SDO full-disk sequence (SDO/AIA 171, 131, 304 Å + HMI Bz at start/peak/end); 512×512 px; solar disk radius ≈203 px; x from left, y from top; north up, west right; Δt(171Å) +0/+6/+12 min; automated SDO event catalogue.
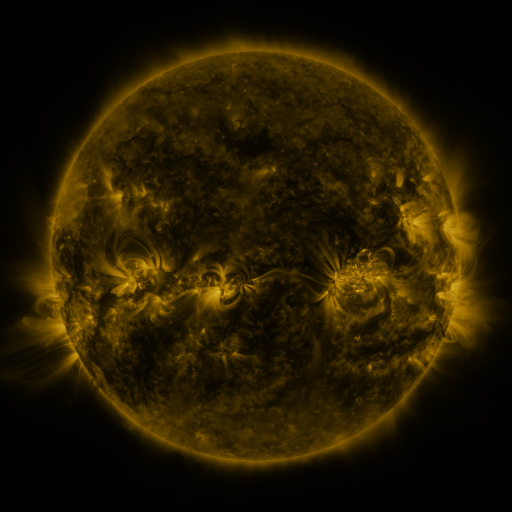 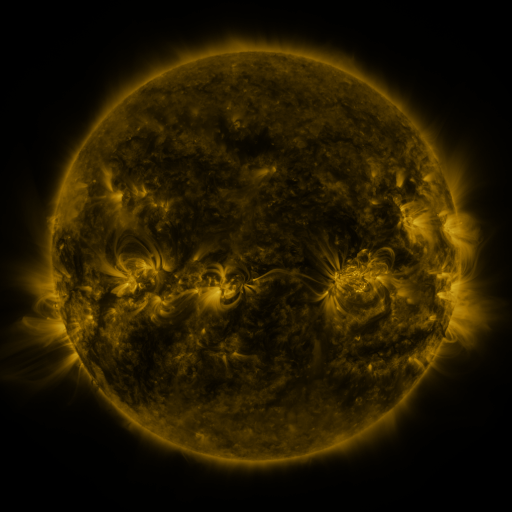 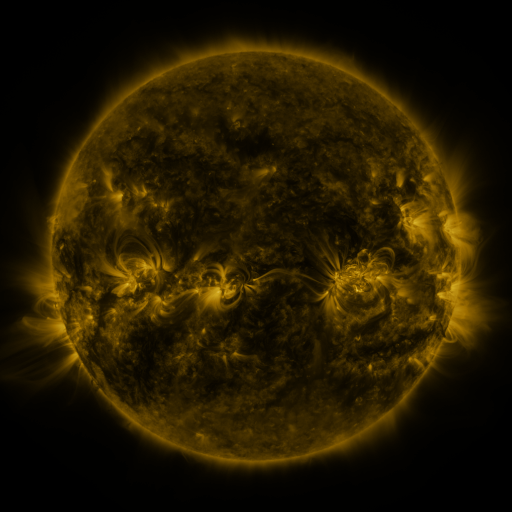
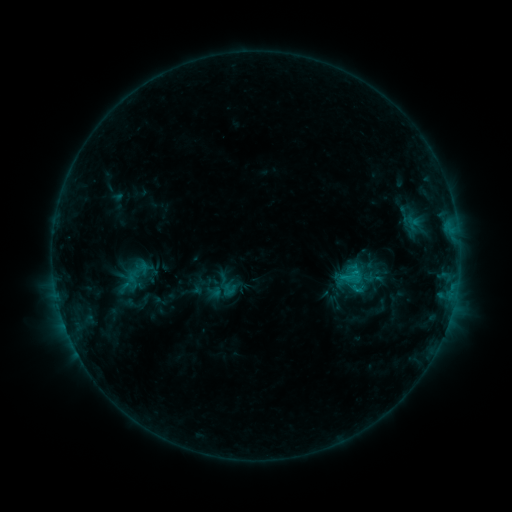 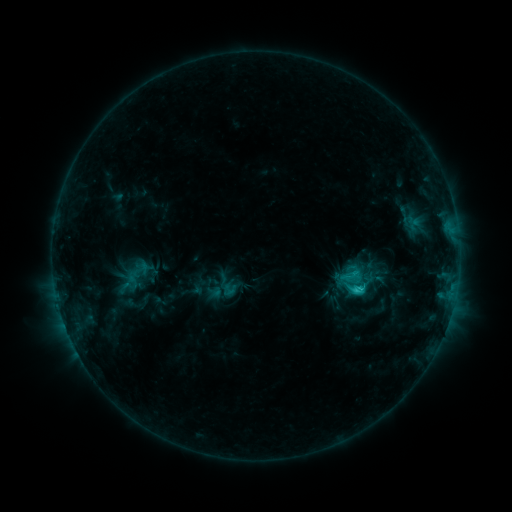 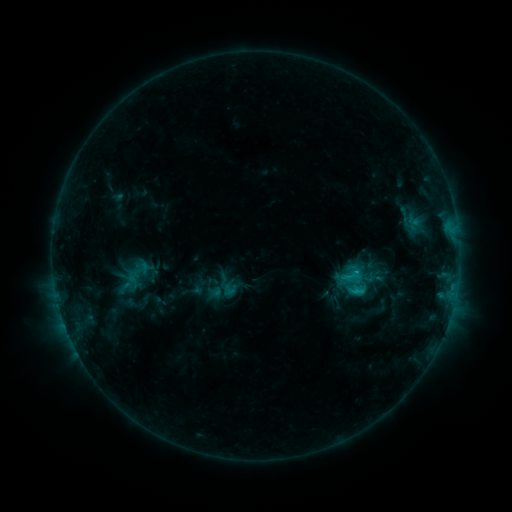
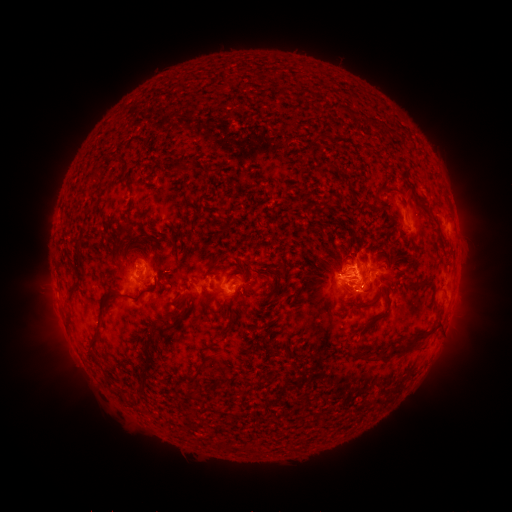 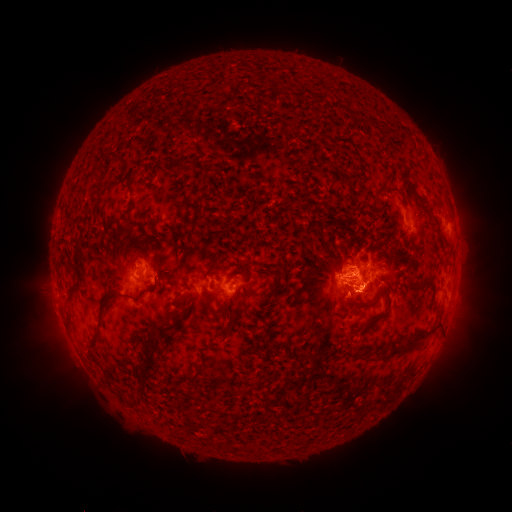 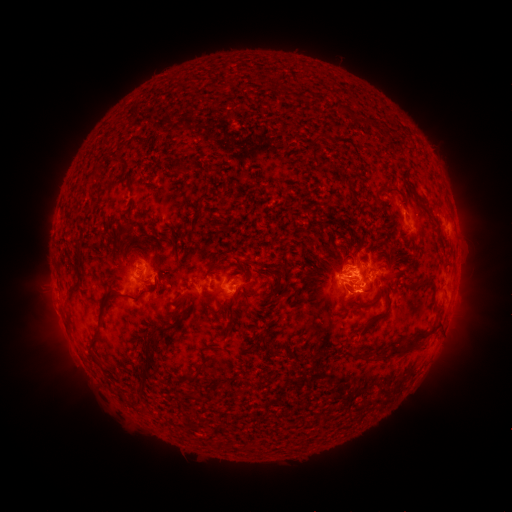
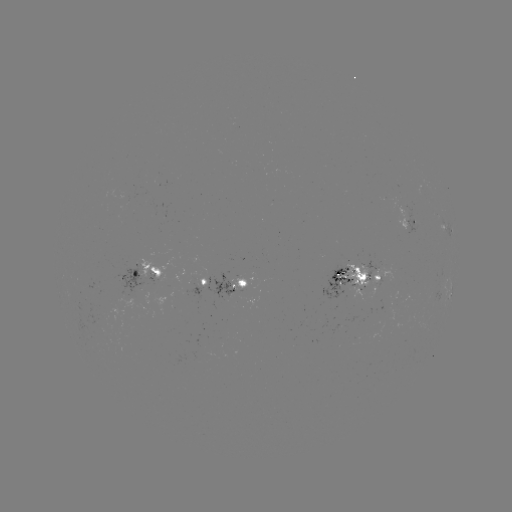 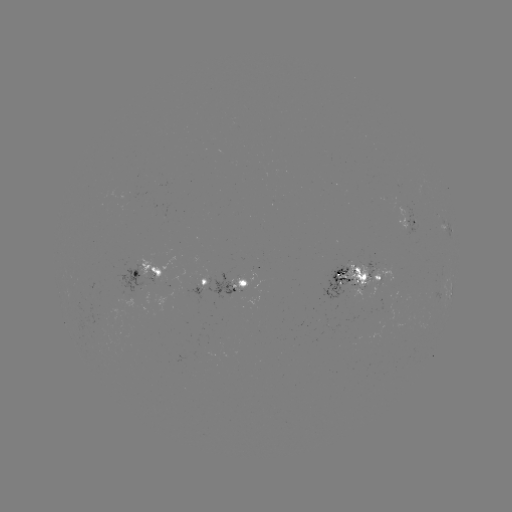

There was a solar flare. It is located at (354, 288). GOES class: C2.2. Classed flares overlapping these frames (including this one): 2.